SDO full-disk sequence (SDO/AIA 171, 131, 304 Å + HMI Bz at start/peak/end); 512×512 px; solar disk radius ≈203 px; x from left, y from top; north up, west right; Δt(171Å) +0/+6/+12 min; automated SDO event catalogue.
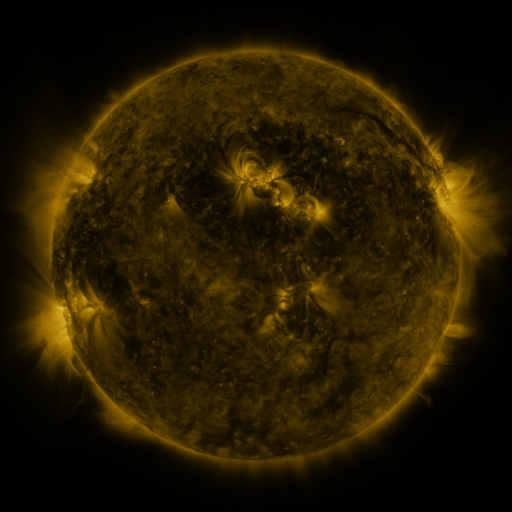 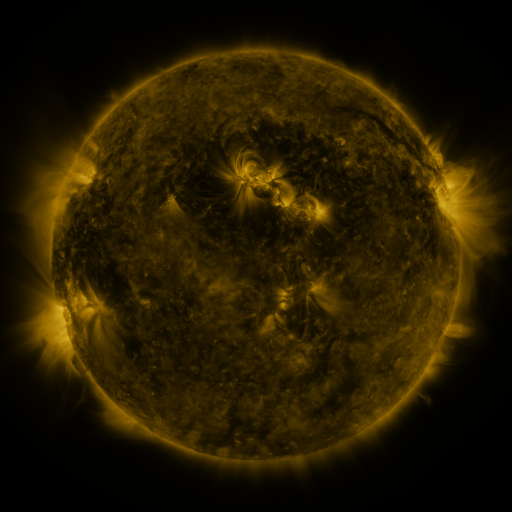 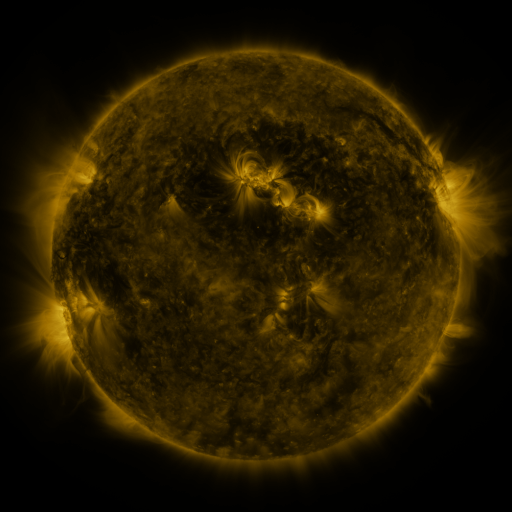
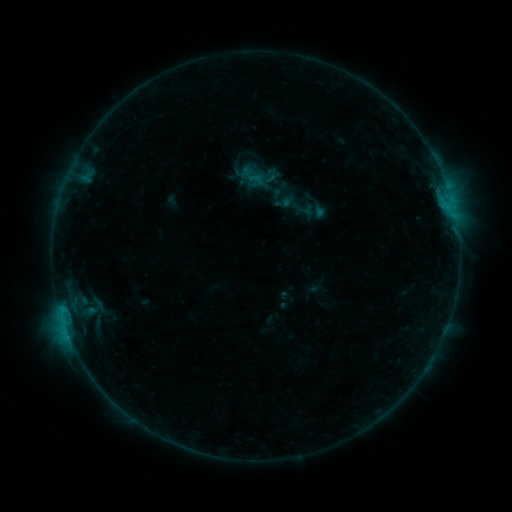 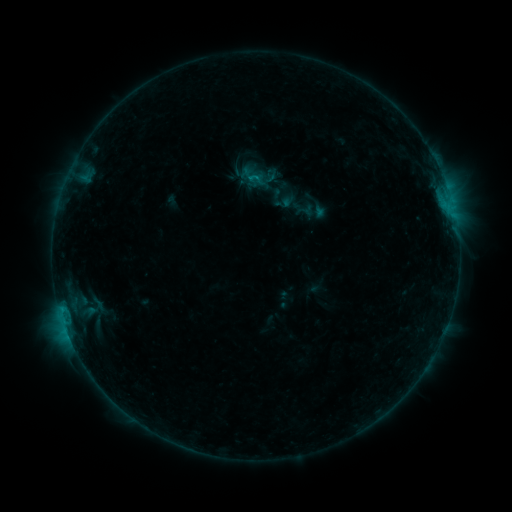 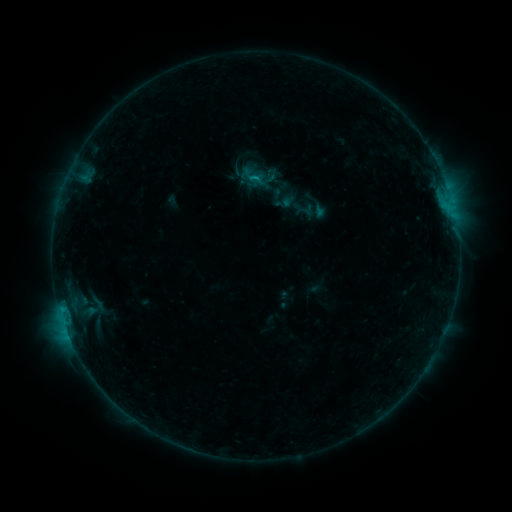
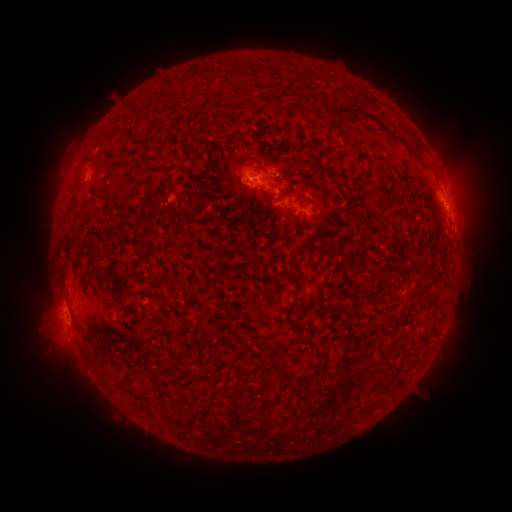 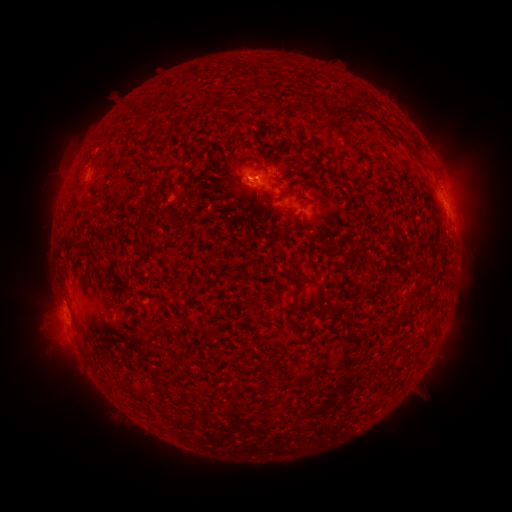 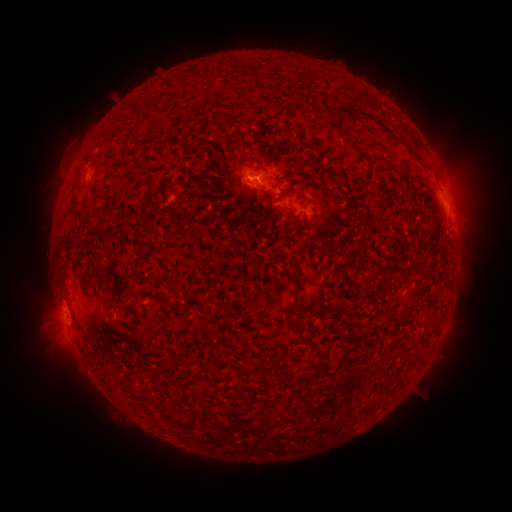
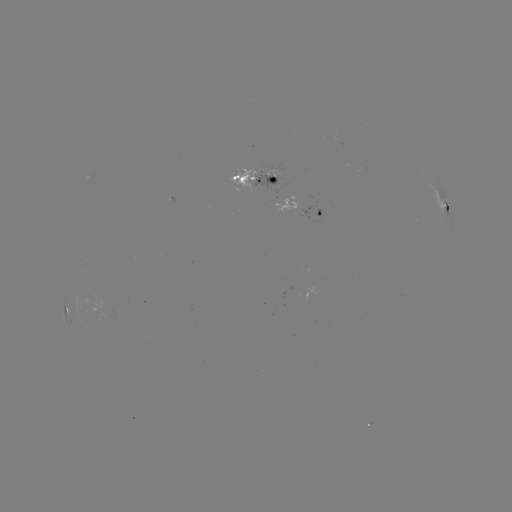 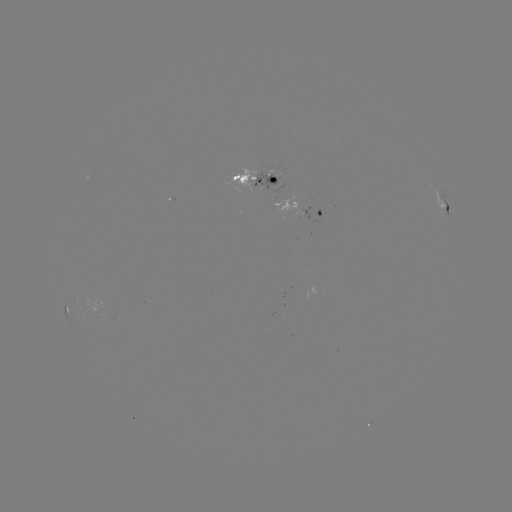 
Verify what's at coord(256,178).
B9.0 flare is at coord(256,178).